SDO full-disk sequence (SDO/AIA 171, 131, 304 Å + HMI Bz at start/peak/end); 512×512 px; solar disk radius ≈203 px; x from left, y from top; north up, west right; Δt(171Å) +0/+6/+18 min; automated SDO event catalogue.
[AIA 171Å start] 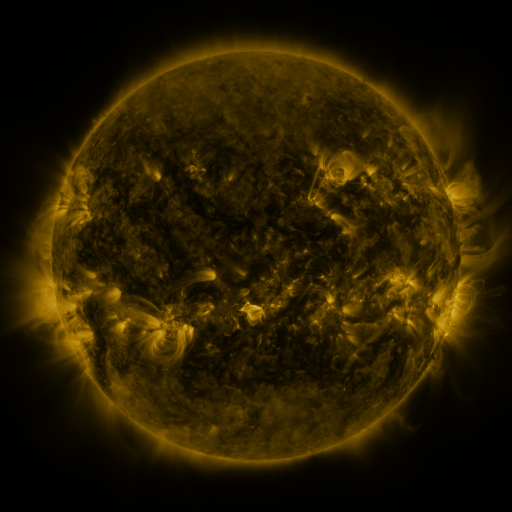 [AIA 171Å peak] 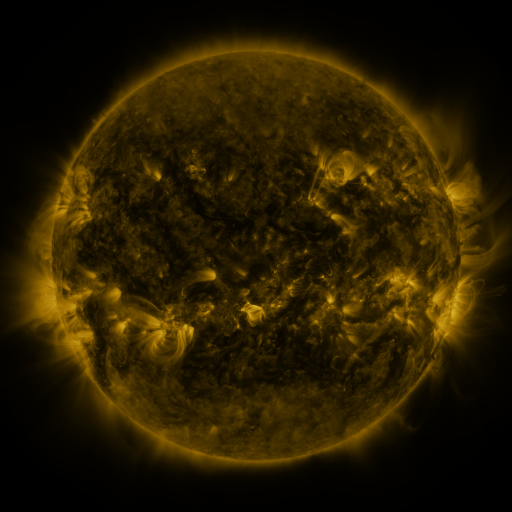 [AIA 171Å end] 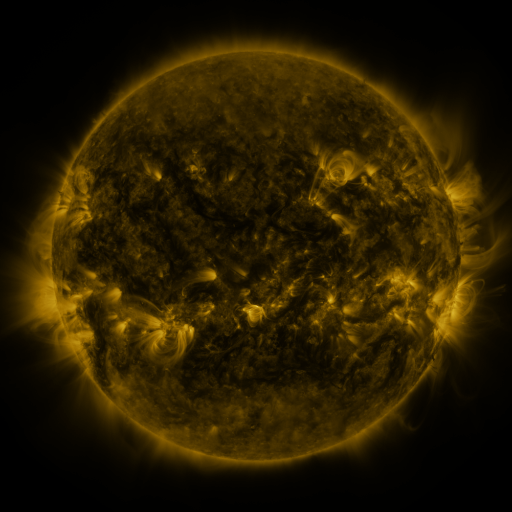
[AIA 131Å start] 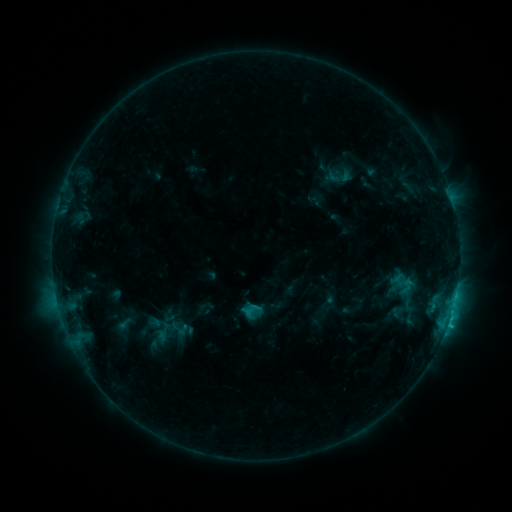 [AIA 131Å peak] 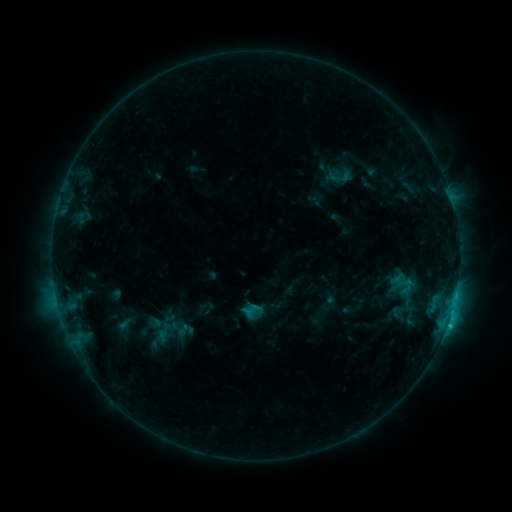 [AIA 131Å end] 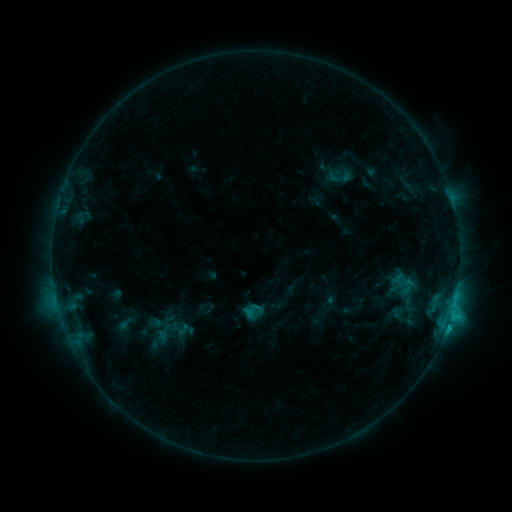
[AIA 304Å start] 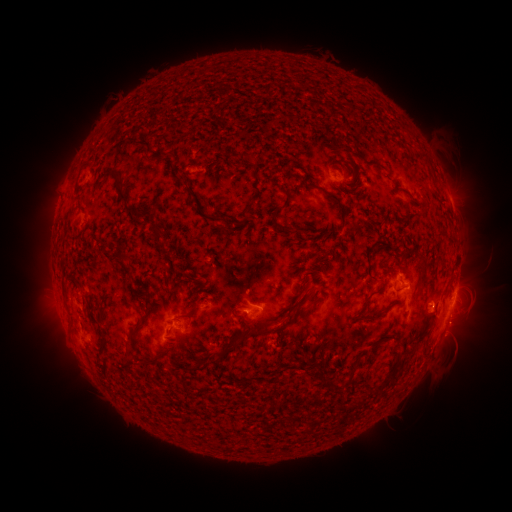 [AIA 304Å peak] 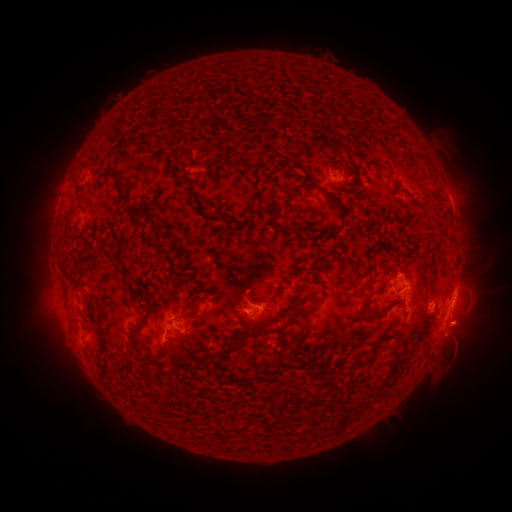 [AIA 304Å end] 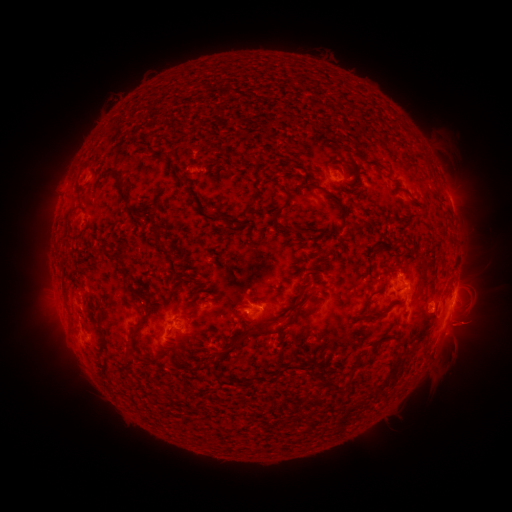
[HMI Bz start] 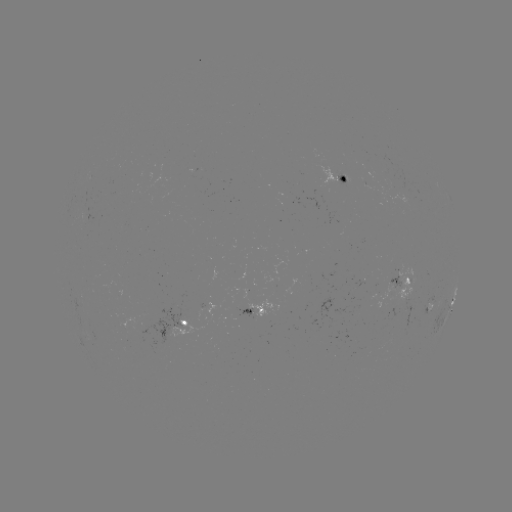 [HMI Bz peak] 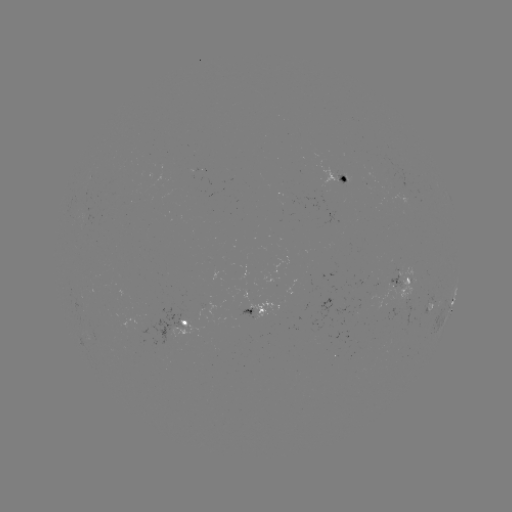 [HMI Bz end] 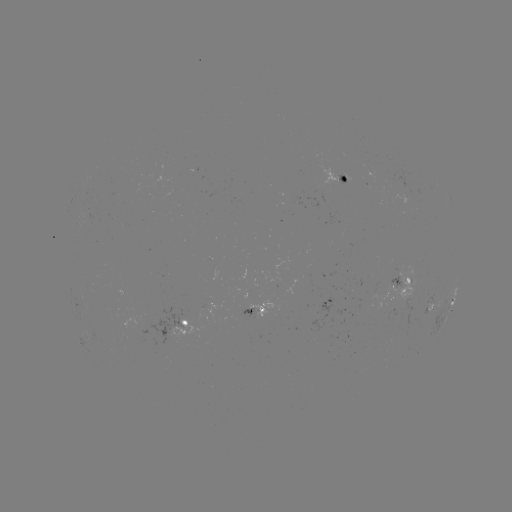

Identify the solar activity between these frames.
eruption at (464, 328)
